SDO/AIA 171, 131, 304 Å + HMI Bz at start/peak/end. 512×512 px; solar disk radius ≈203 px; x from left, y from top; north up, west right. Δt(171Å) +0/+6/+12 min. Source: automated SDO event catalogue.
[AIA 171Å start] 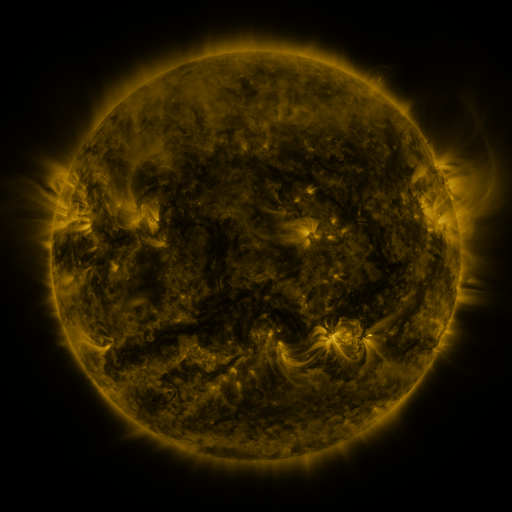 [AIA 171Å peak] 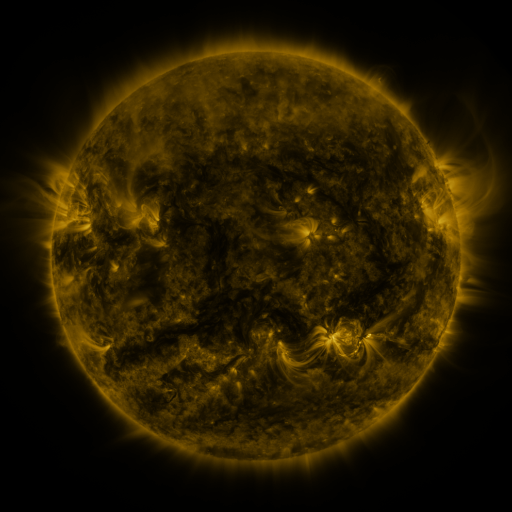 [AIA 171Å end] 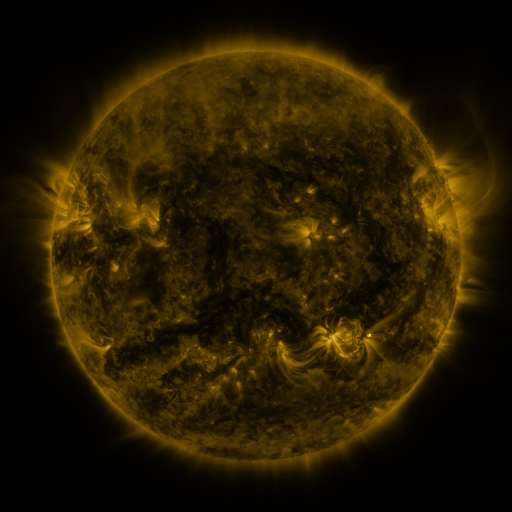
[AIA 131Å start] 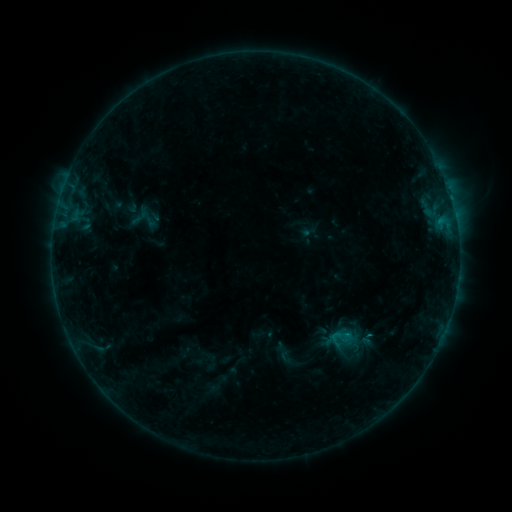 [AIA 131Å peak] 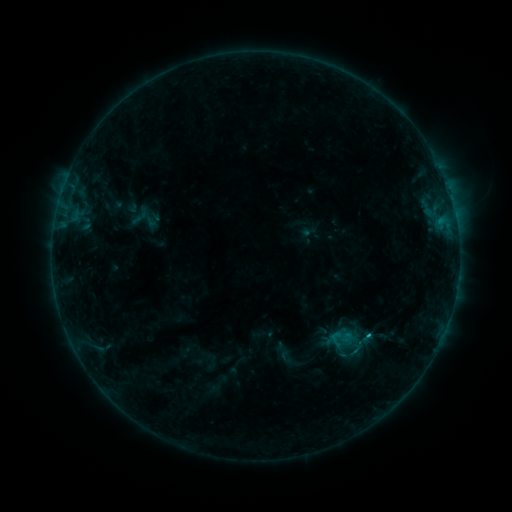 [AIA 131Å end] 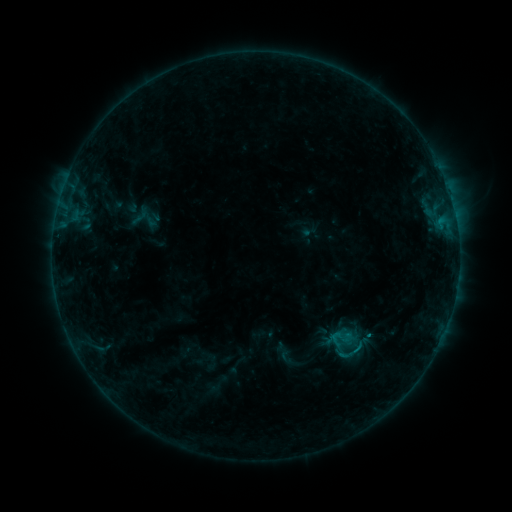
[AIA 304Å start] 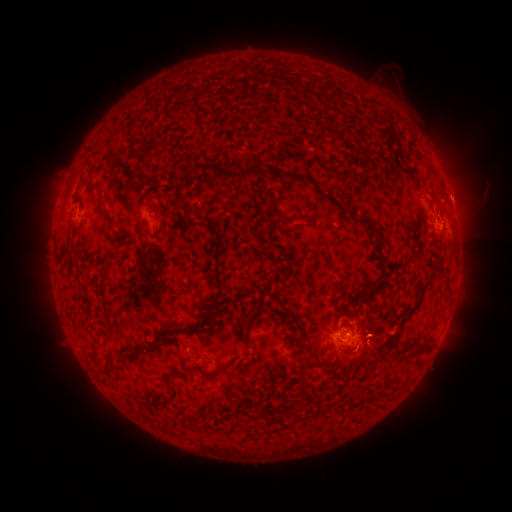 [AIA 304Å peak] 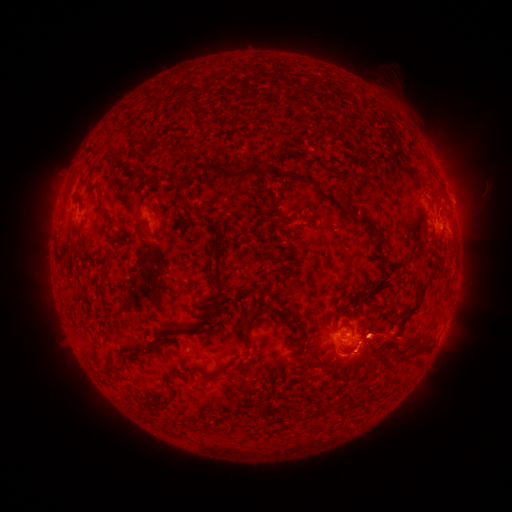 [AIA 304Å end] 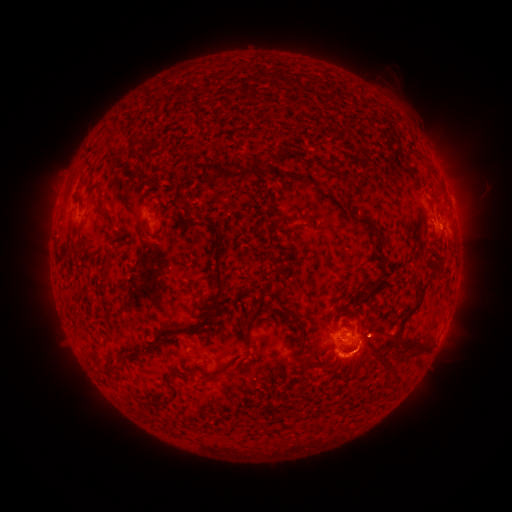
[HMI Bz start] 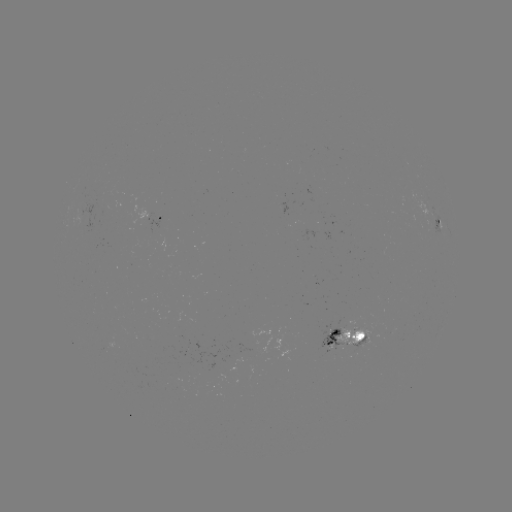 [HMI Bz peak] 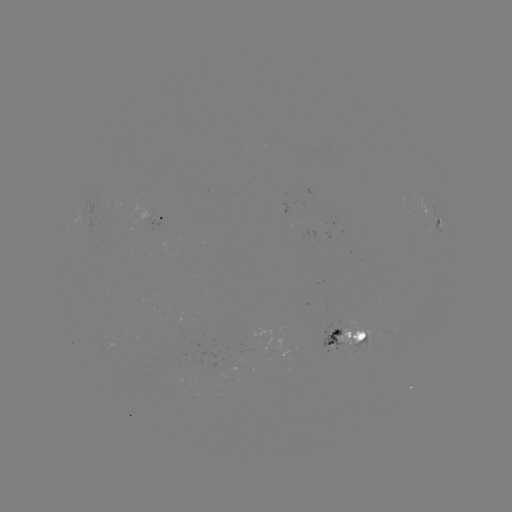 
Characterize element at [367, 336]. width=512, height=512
B8.2 flare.